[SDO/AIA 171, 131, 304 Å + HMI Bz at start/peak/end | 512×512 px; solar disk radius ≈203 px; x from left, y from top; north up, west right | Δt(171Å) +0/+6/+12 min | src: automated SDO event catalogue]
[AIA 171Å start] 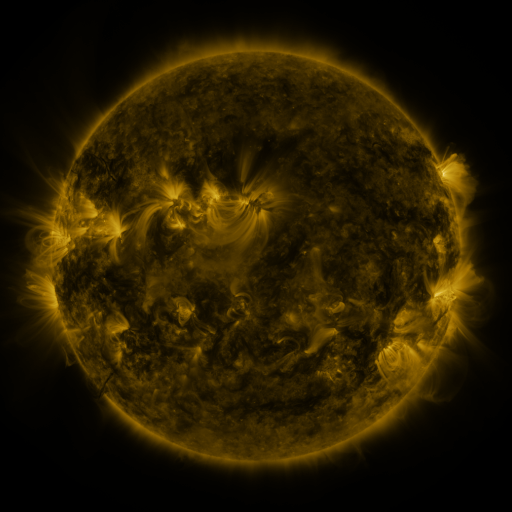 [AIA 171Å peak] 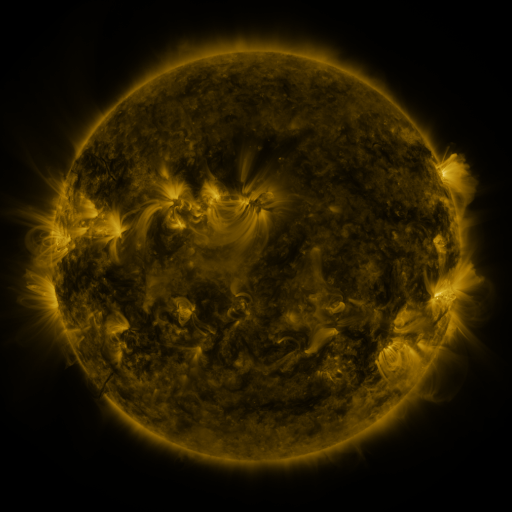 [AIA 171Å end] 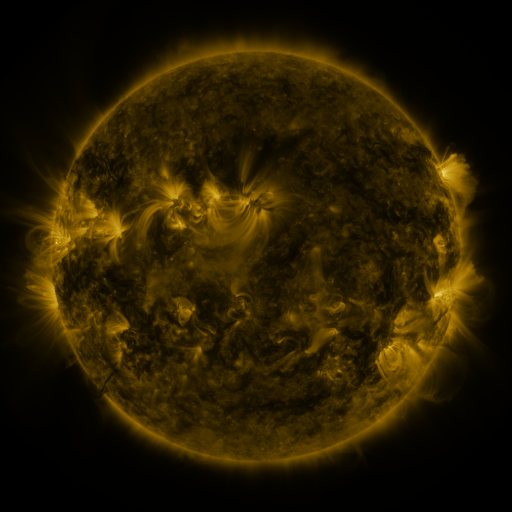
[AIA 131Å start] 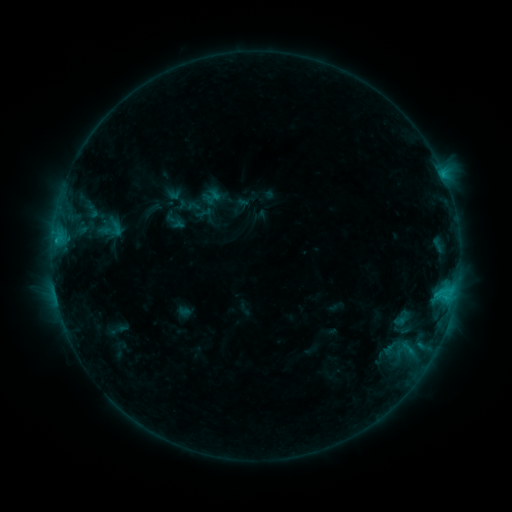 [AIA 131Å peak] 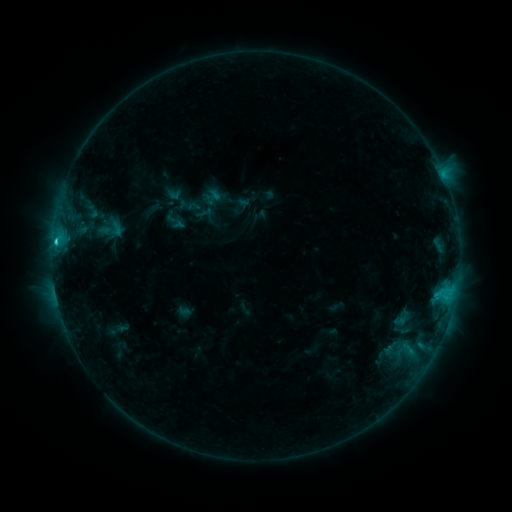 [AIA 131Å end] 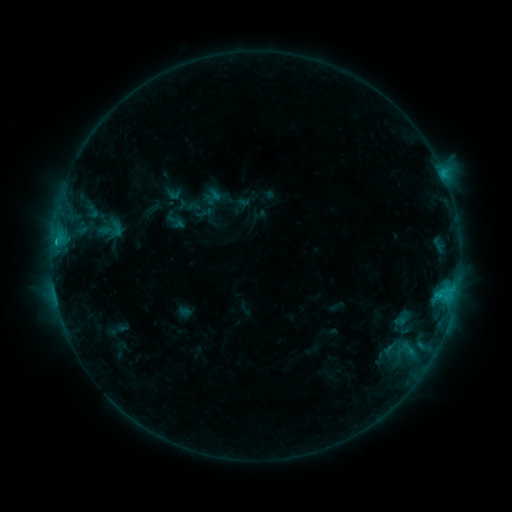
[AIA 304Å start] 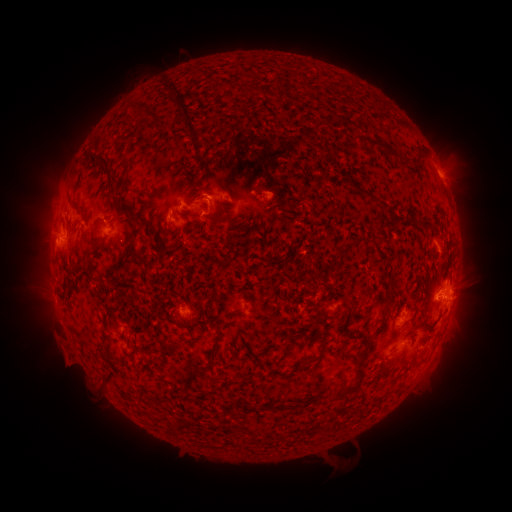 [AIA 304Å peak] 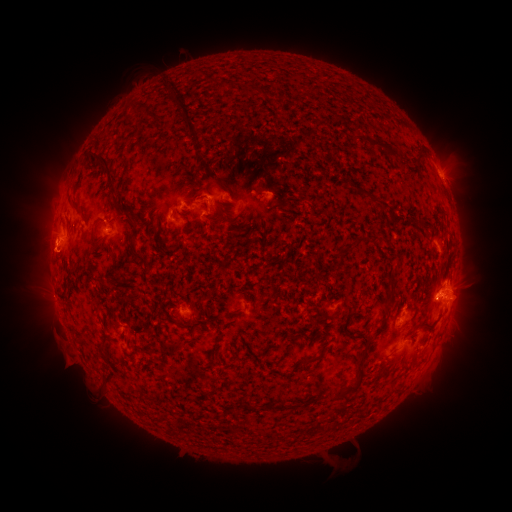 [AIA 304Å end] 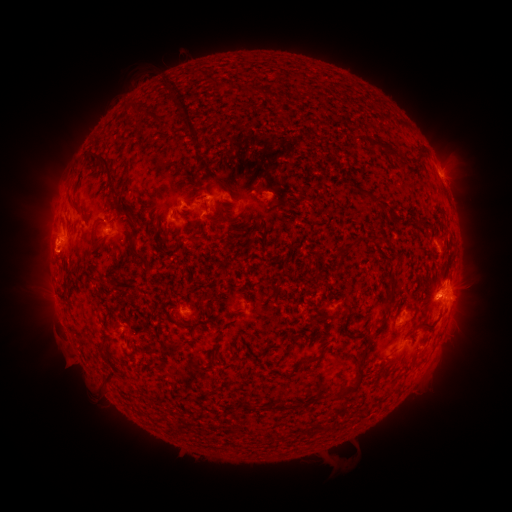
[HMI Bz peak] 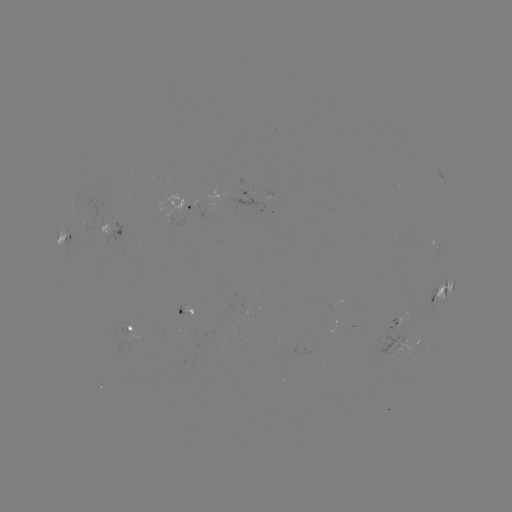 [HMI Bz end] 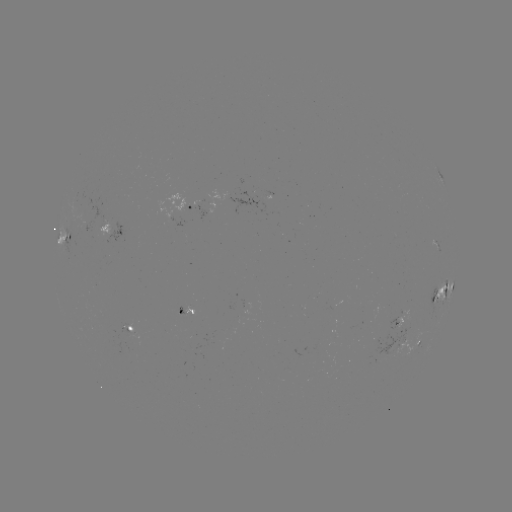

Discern eruption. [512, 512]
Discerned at [45, 258].